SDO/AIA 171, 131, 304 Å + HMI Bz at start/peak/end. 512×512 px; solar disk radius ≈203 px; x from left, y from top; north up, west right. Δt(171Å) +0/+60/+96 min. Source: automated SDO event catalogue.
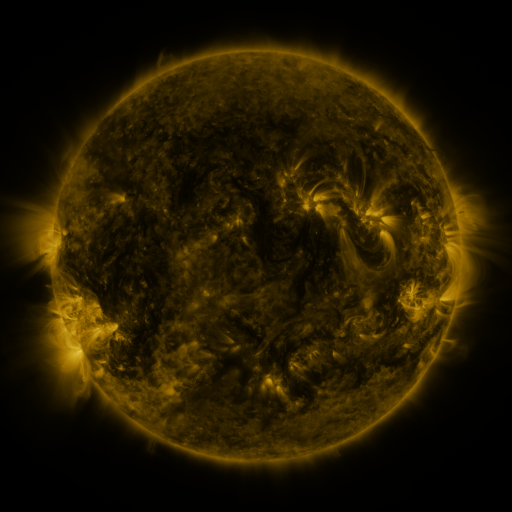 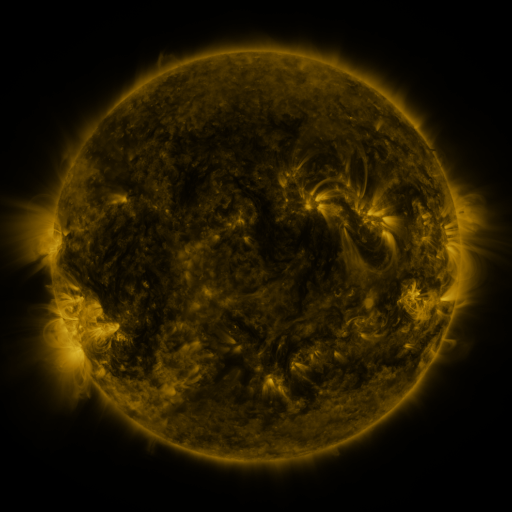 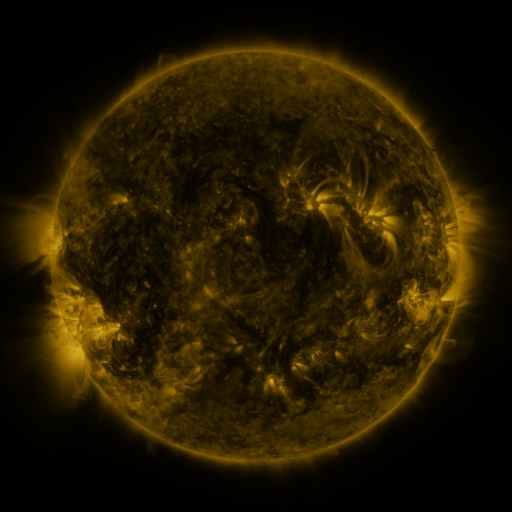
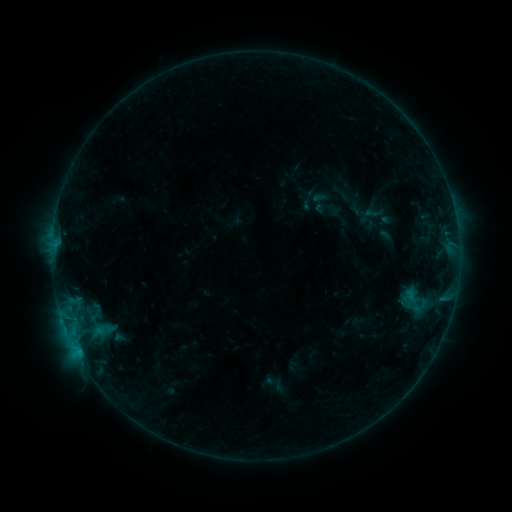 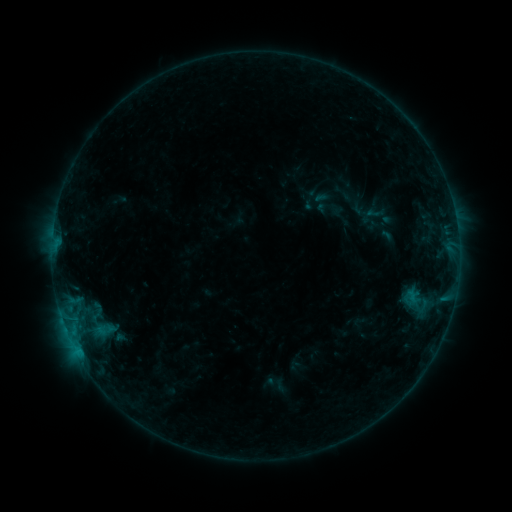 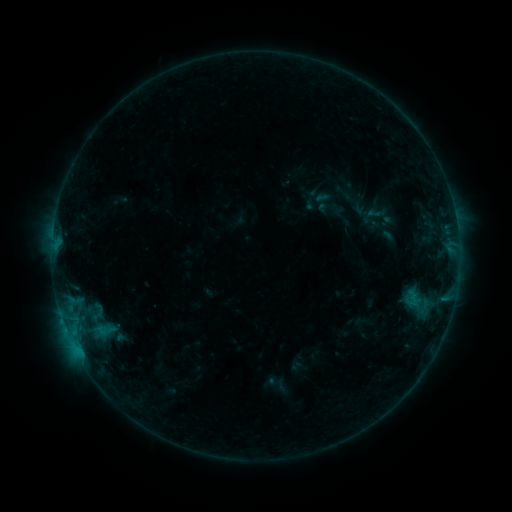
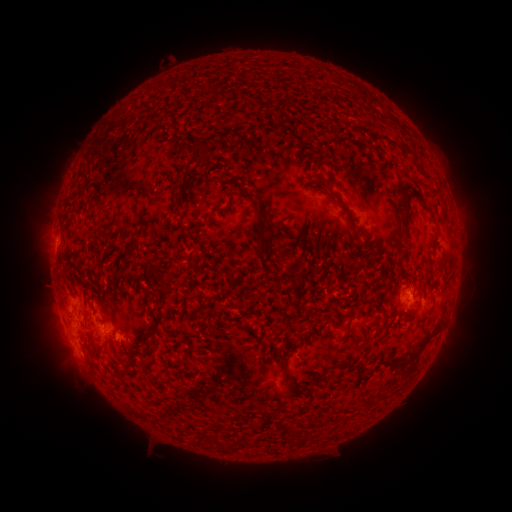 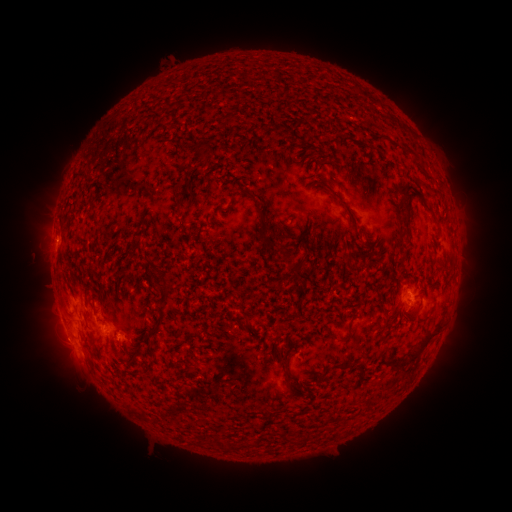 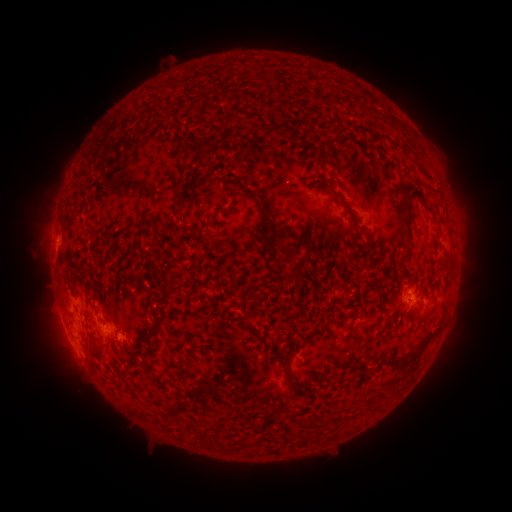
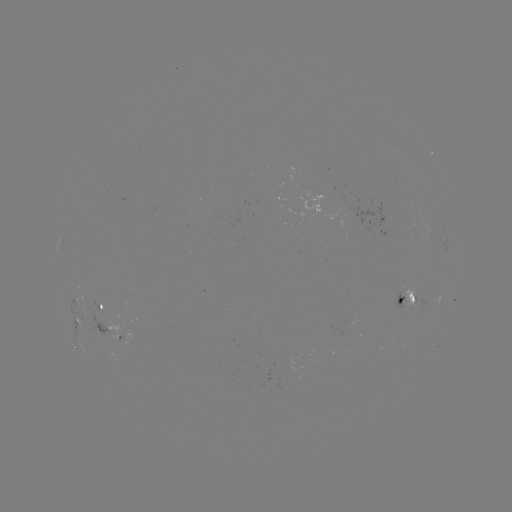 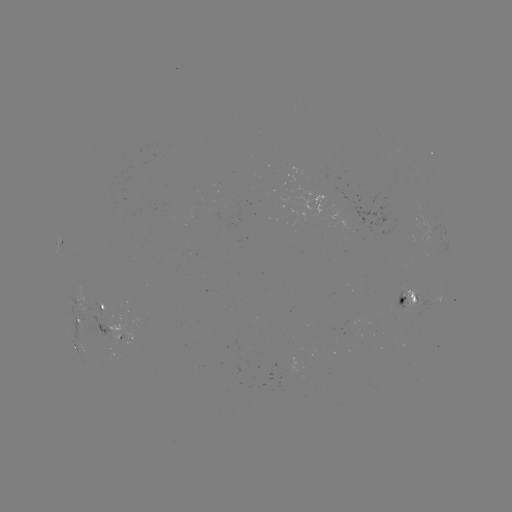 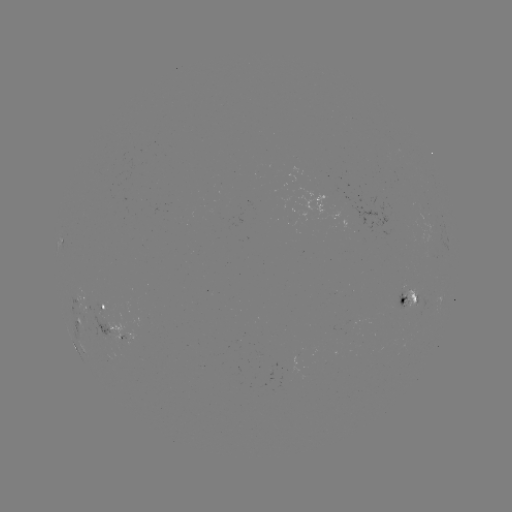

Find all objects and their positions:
emerging-flux region: (120, 331)
